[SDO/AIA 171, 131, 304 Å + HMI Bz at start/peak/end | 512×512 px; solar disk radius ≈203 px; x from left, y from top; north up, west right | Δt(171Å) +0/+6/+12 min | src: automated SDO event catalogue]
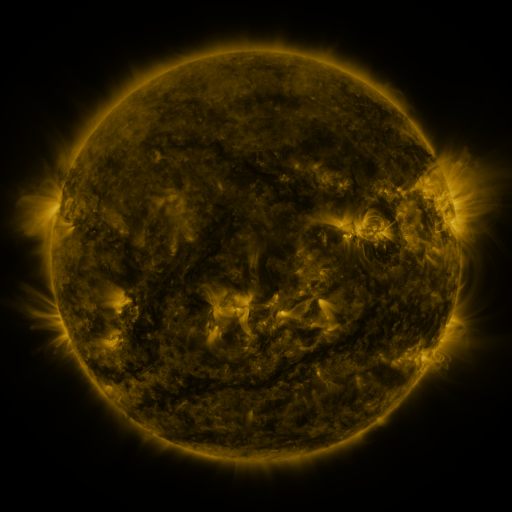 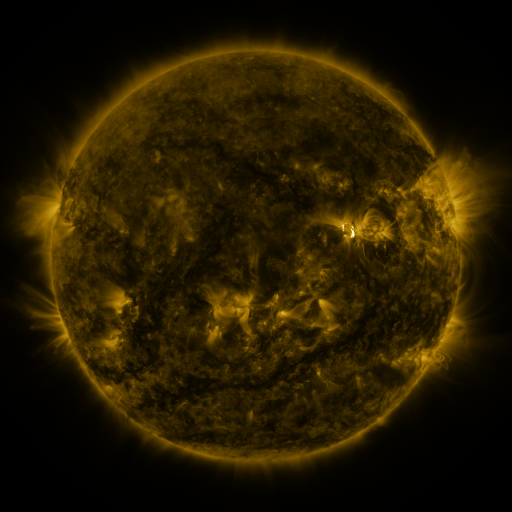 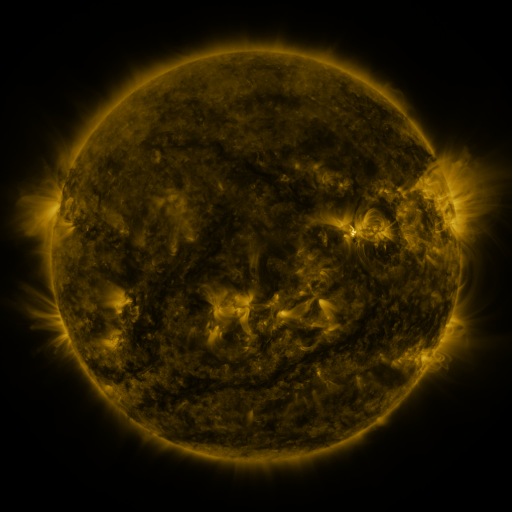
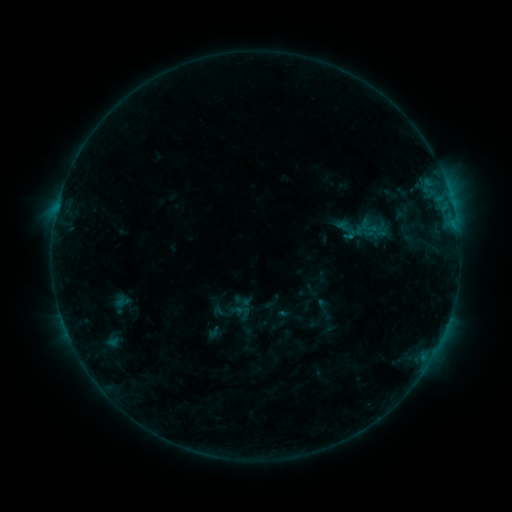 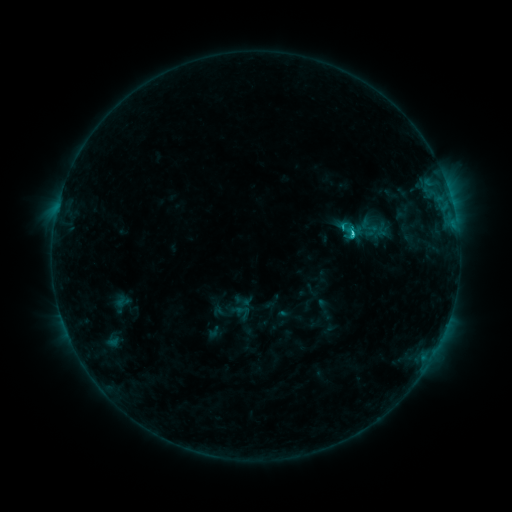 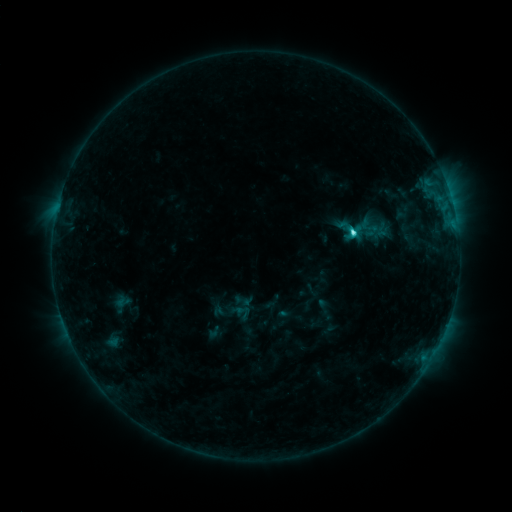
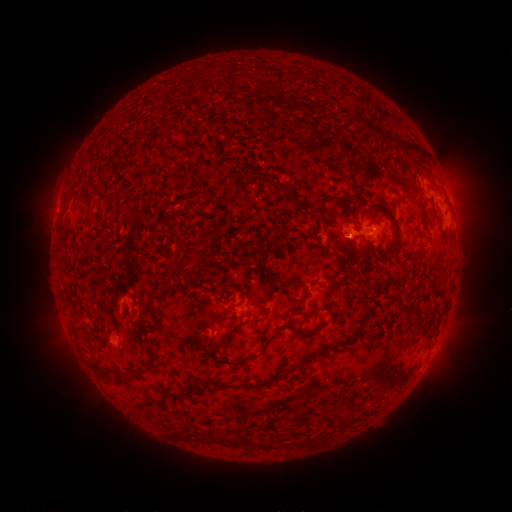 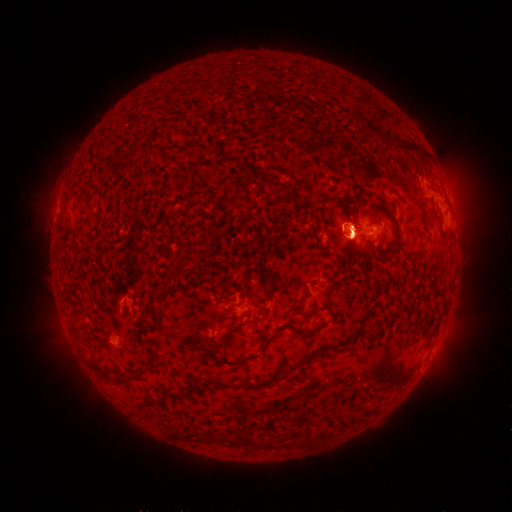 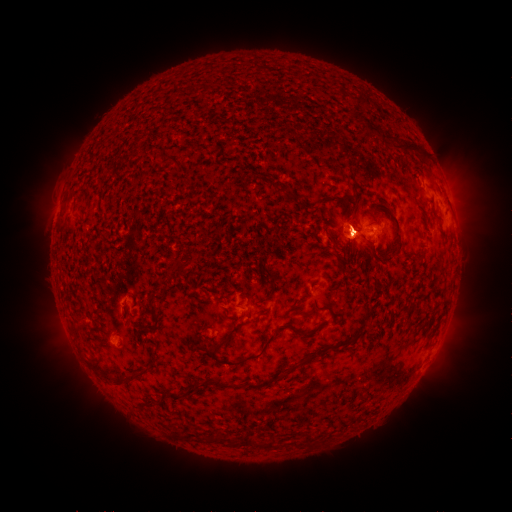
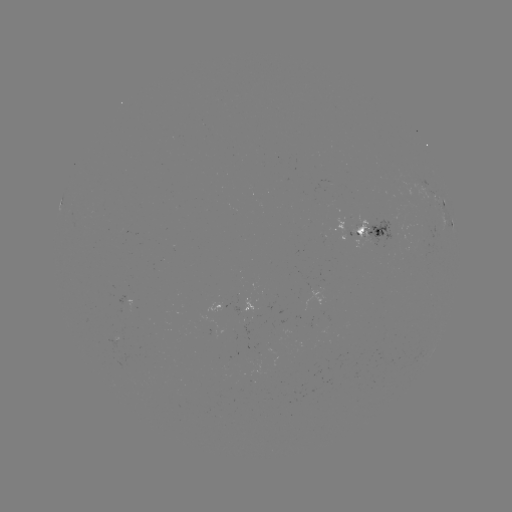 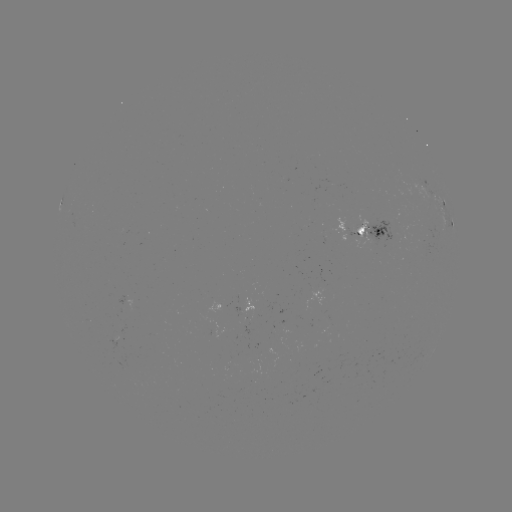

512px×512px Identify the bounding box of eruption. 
[409, 324, 474, 404].